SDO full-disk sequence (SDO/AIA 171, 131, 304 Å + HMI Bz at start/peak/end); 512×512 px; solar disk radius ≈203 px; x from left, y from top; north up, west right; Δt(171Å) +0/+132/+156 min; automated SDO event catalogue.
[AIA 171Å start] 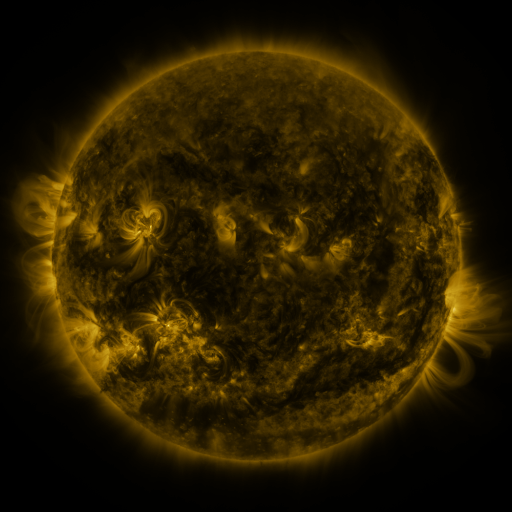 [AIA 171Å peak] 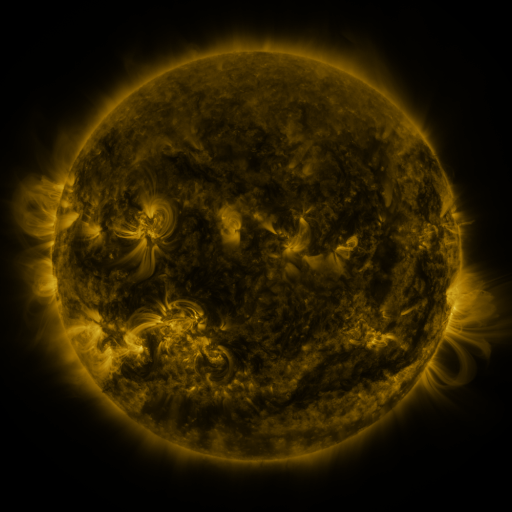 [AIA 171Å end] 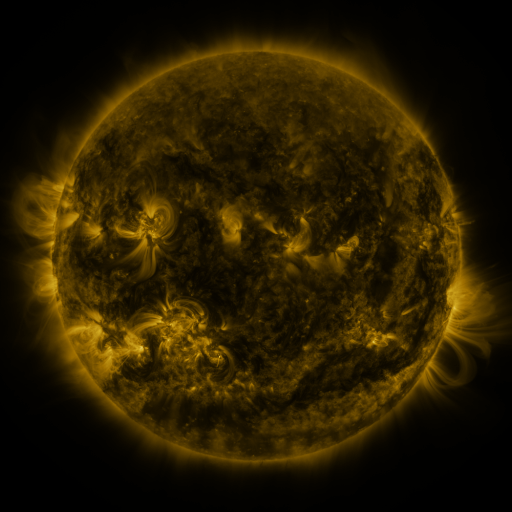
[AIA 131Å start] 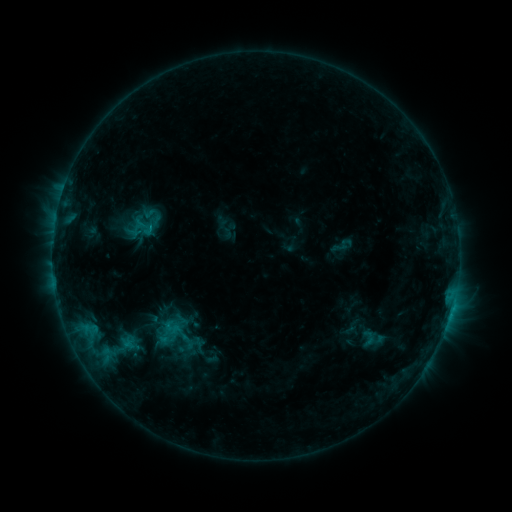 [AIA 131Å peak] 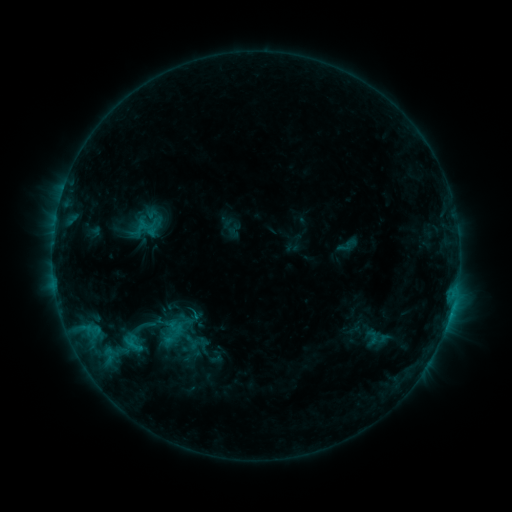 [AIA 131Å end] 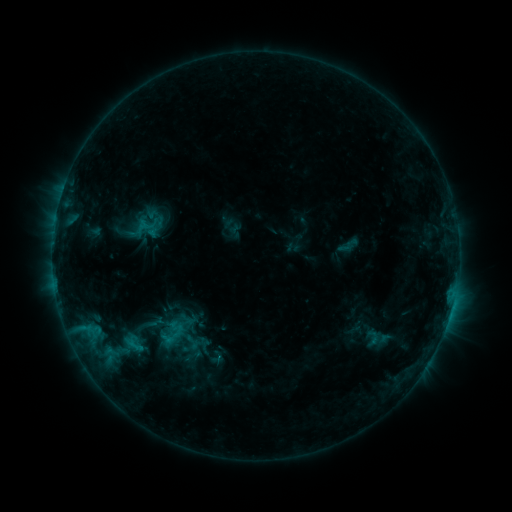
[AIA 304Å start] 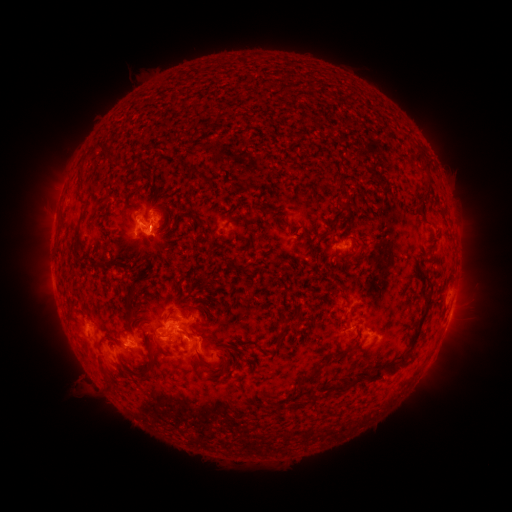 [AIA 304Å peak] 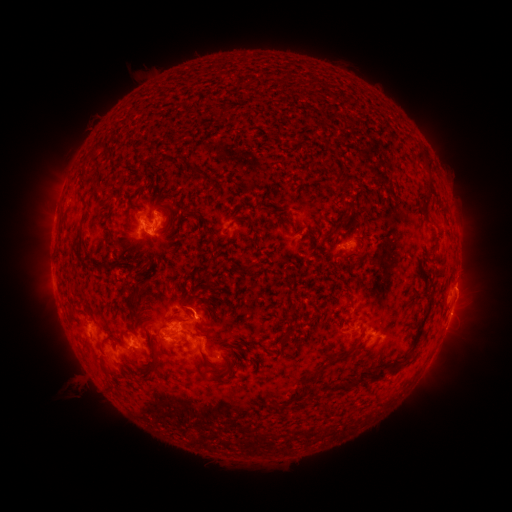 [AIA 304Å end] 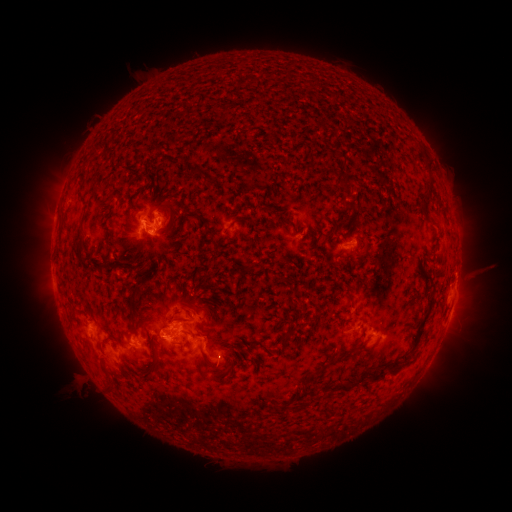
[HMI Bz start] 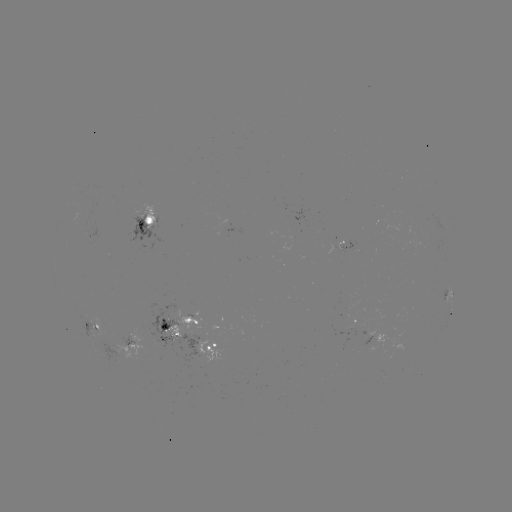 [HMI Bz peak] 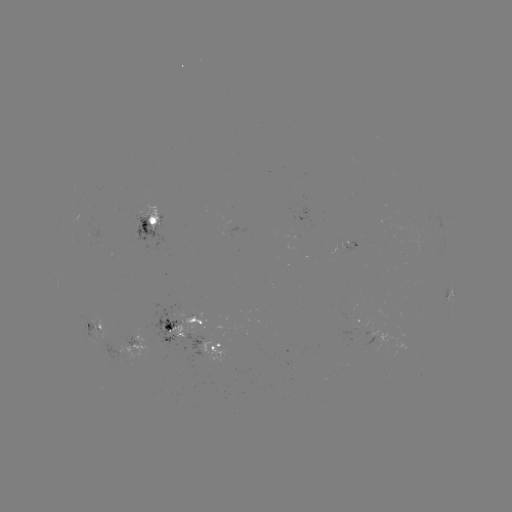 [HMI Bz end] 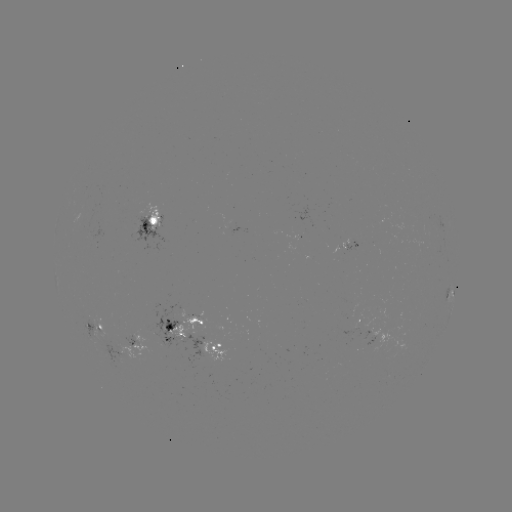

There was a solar emerging-flux region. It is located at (186, 342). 